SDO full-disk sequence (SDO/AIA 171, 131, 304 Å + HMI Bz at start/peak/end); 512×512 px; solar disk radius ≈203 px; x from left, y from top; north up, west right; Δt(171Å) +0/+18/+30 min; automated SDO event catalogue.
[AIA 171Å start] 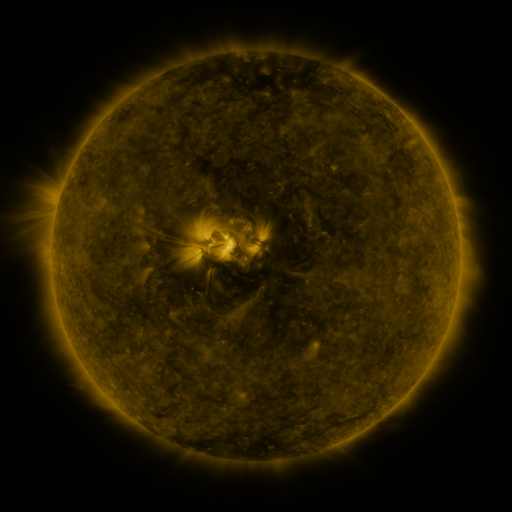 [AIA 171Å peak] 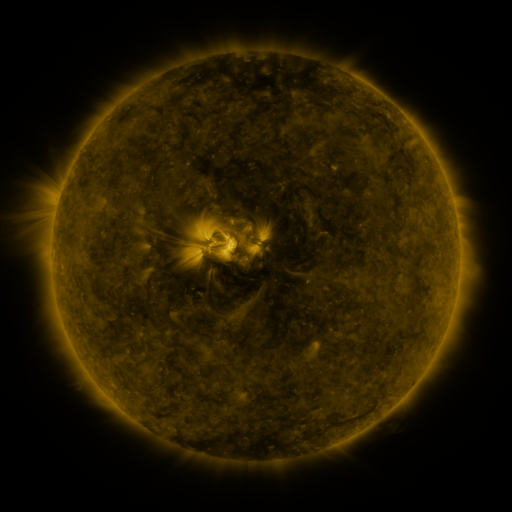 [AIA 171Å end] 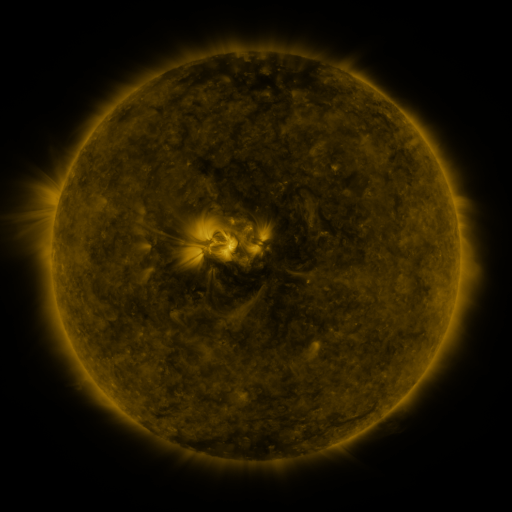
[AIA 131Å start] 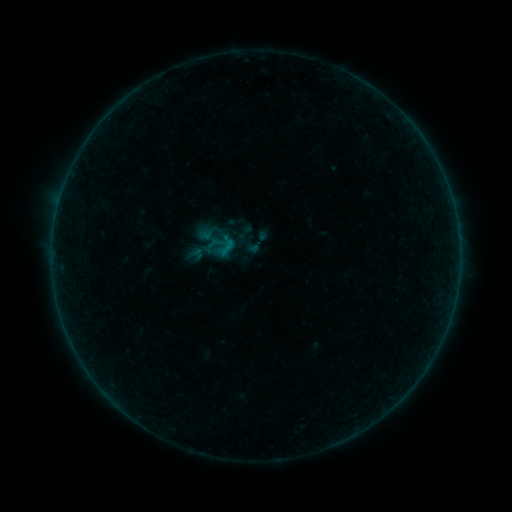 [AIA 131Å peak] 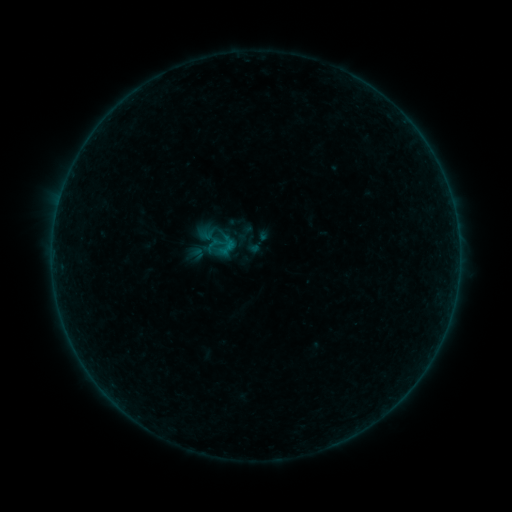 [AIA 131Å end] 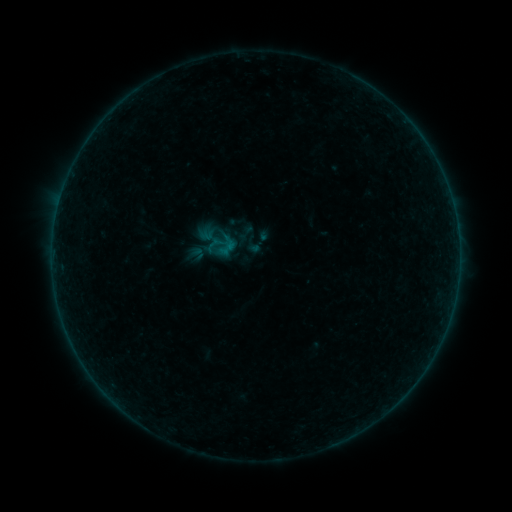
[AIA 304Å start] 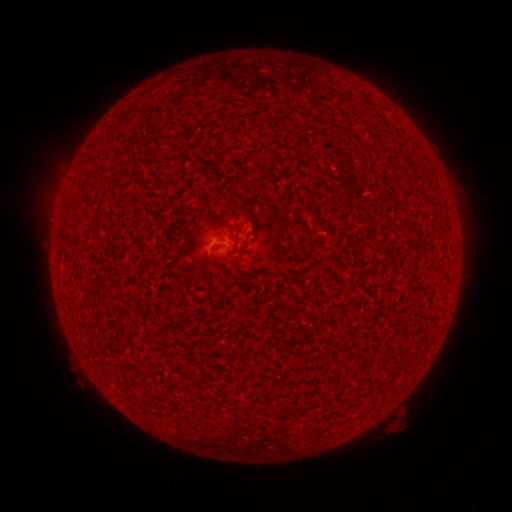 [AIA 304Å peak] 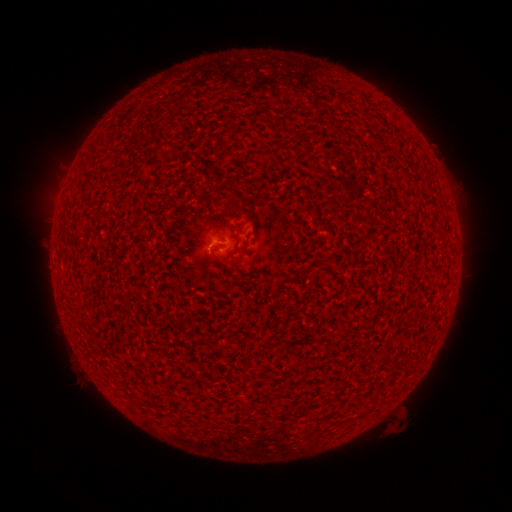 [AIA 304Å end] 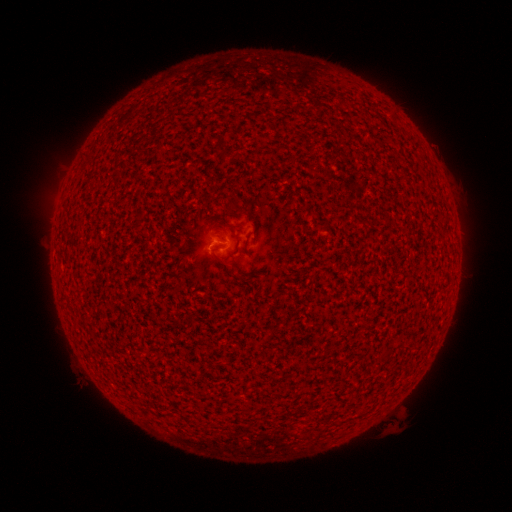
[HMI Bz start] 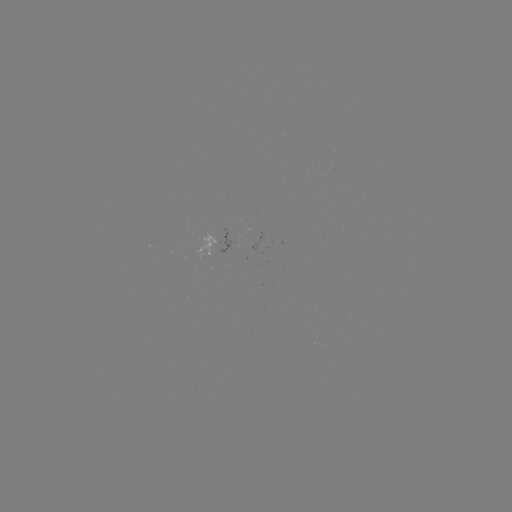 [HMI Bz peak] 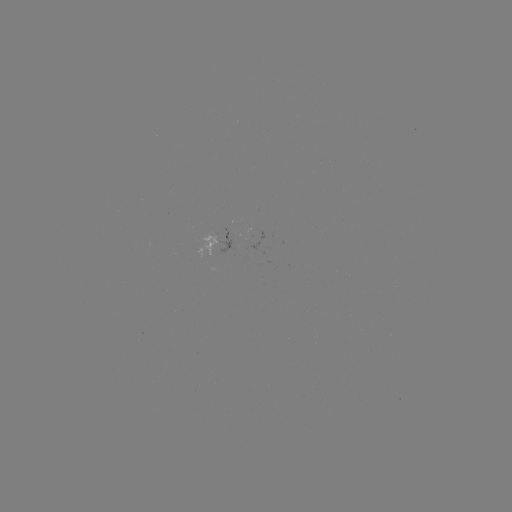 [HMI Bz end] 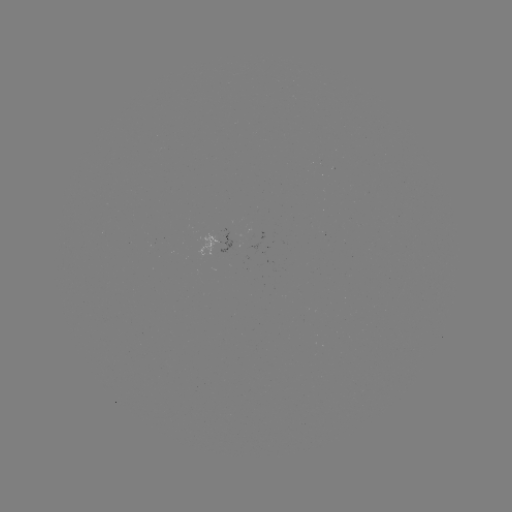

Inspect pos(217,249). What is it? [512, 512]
A7.6 flare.